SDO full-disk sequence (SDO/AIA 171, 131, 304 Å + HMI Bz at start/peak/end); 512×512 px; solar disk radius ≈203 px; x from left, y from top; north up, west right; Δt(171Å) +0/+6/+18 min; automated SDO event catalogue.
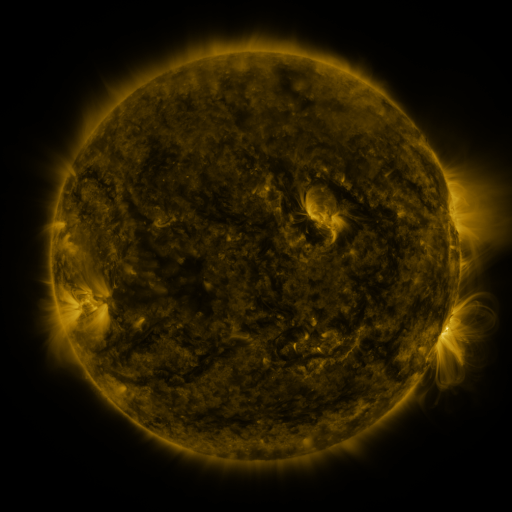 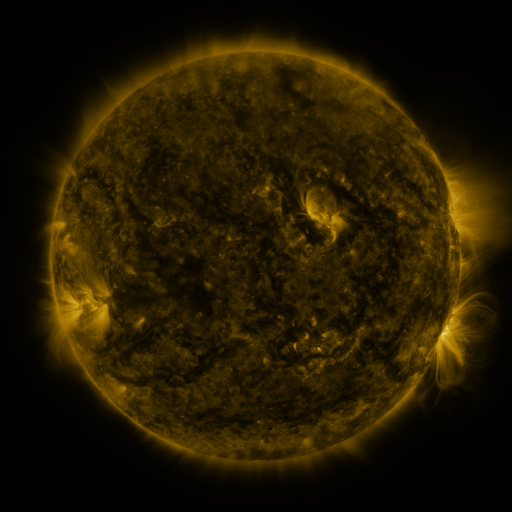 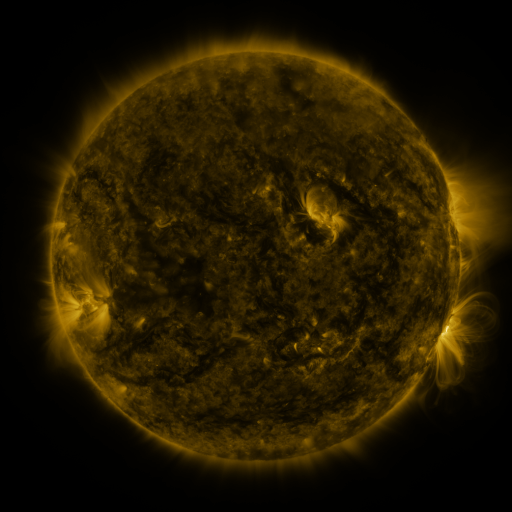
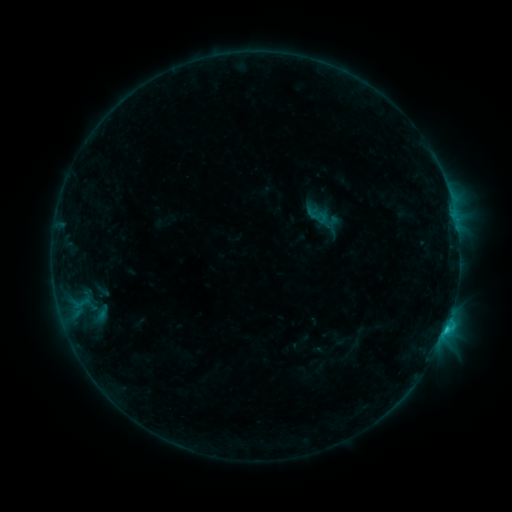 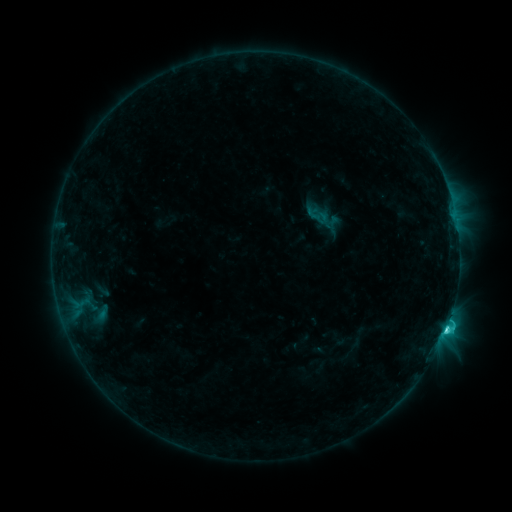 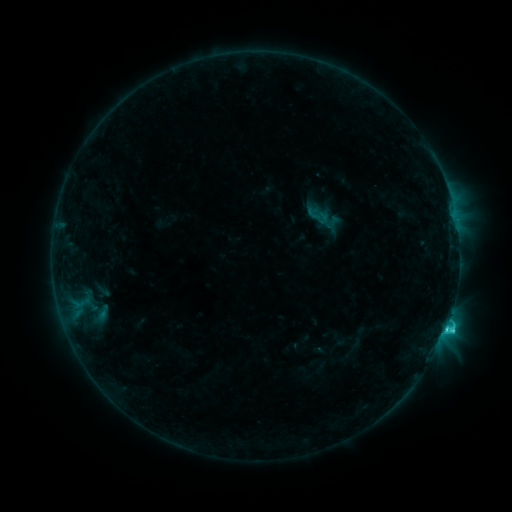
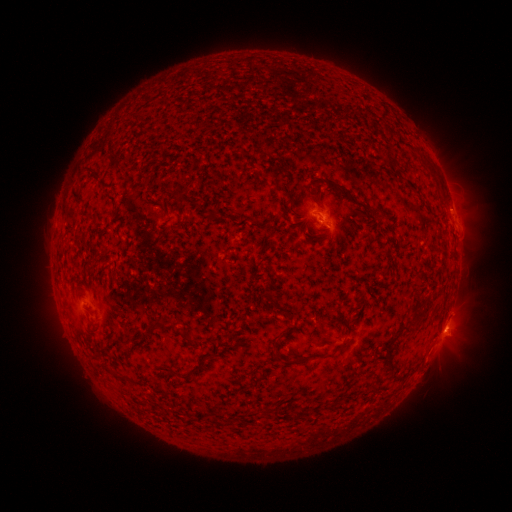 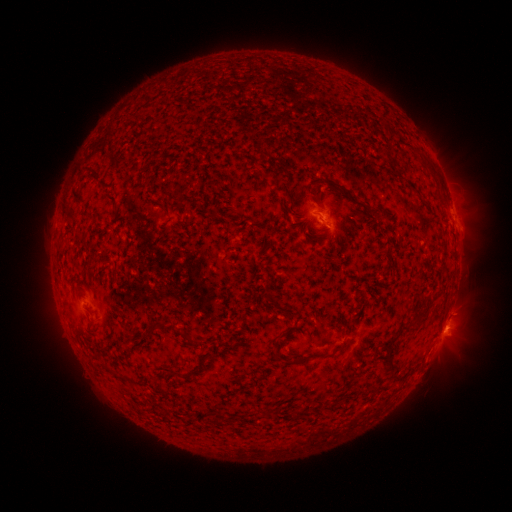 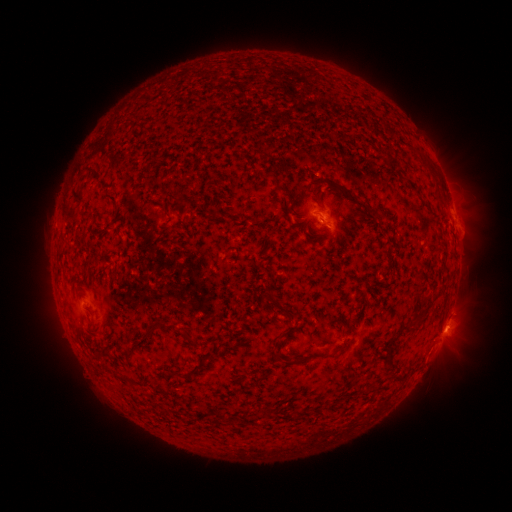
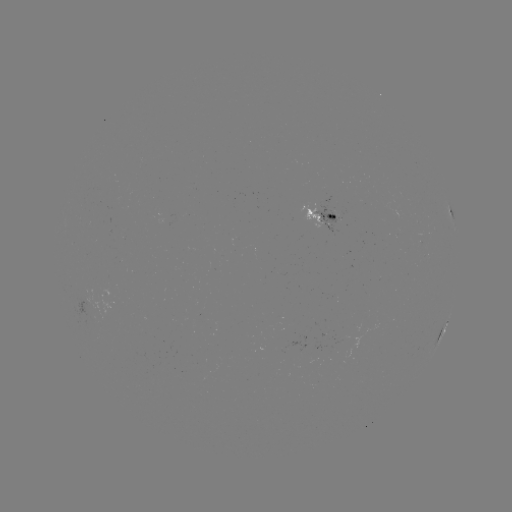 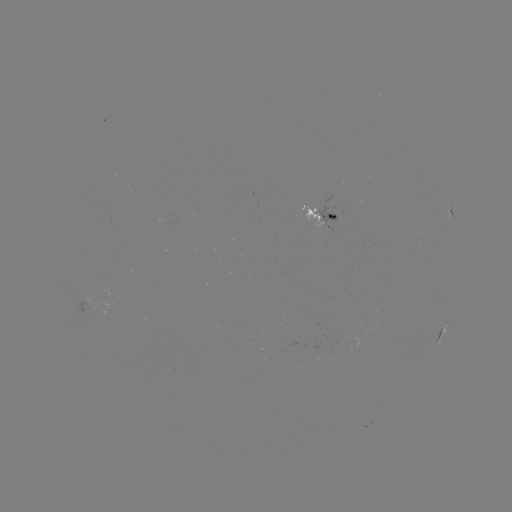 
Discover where C3.3 flare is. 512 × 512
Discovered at (445, 325).